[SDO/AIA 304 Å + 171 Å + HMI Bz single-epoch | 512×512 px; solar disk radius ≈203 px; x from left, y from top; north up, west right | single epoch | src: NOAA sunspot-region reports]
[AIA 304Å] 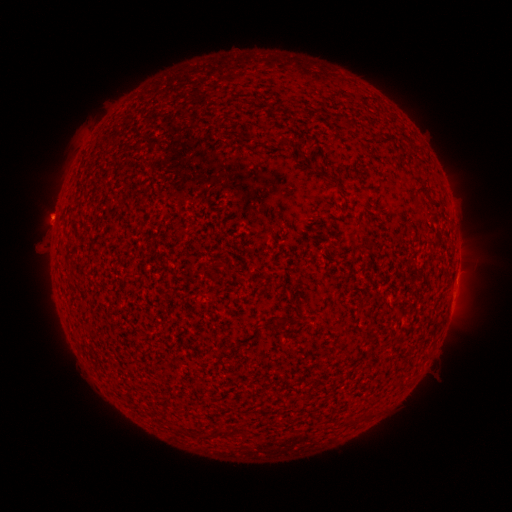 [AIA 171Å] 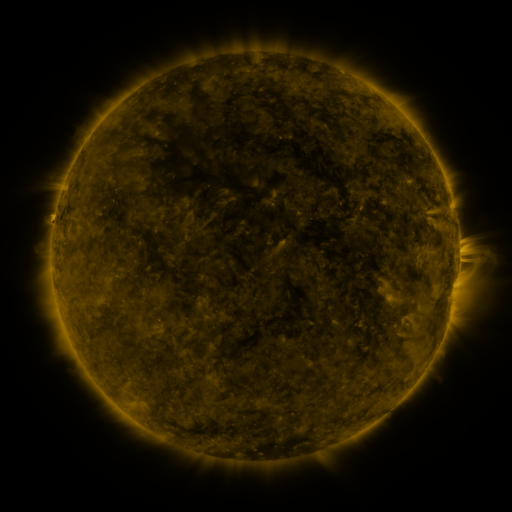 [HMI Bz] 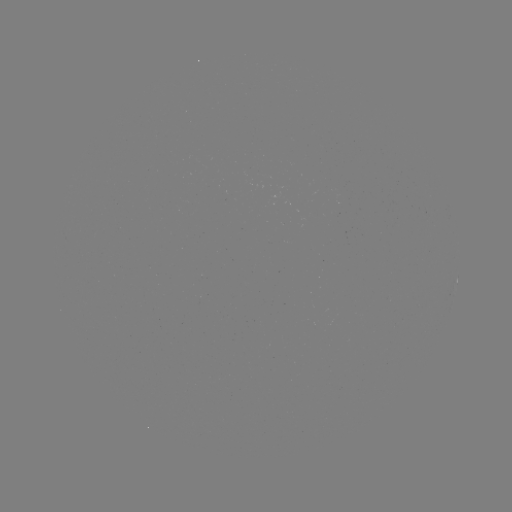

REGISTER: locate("spotted active region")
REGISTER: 456,282